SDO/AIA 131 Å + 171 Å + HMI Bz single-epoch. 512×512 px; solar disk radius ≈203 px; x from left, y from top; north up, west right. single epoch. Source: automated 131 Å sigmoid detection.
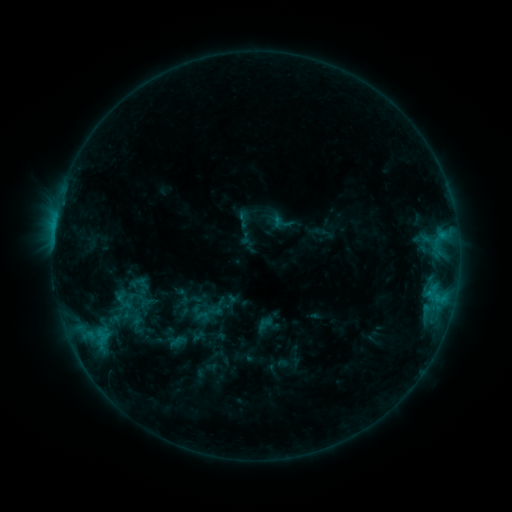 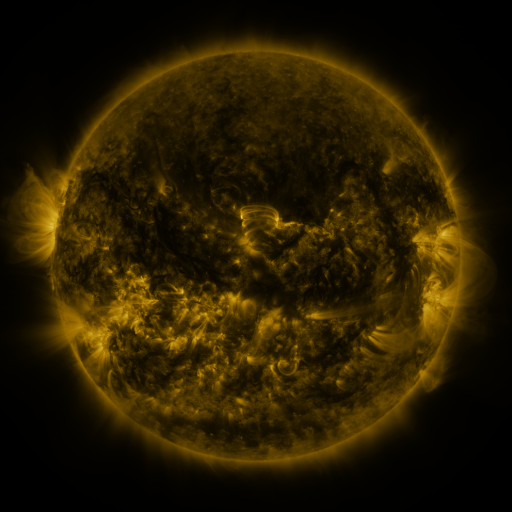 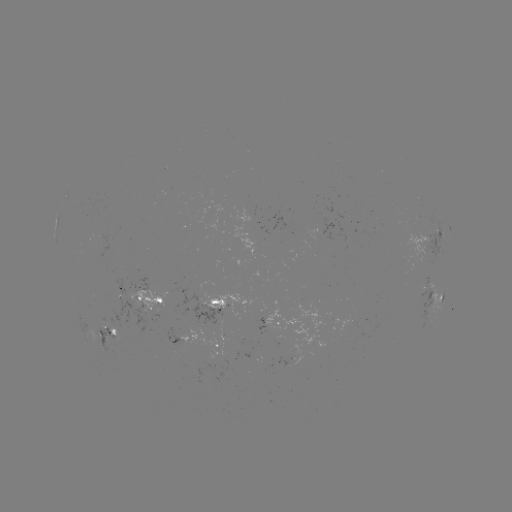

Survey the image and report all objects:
sigmoid: [112, 284, 137, 309]
